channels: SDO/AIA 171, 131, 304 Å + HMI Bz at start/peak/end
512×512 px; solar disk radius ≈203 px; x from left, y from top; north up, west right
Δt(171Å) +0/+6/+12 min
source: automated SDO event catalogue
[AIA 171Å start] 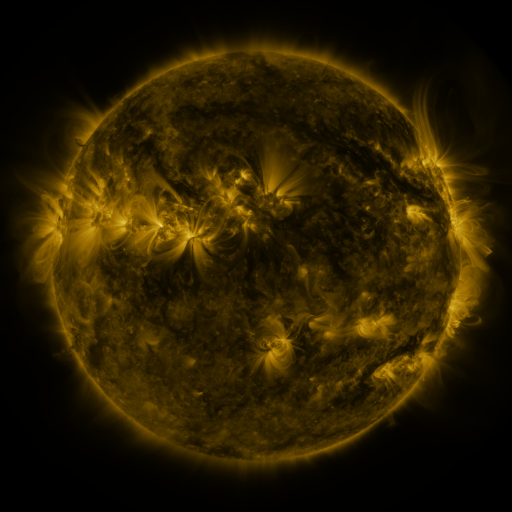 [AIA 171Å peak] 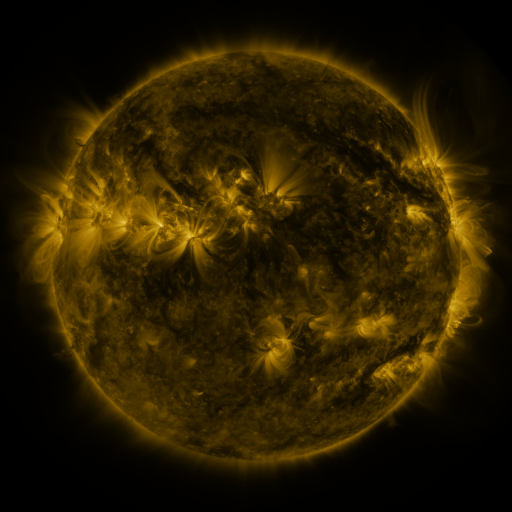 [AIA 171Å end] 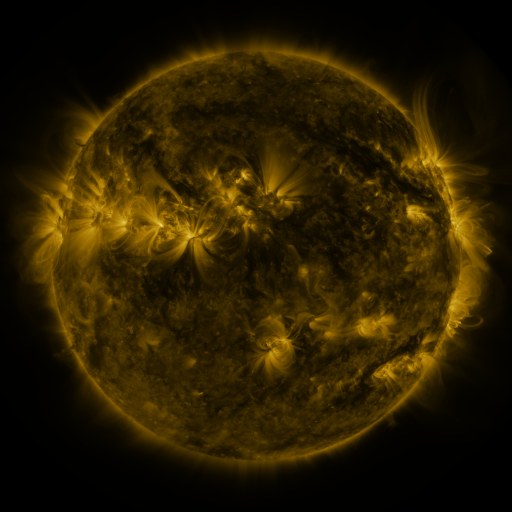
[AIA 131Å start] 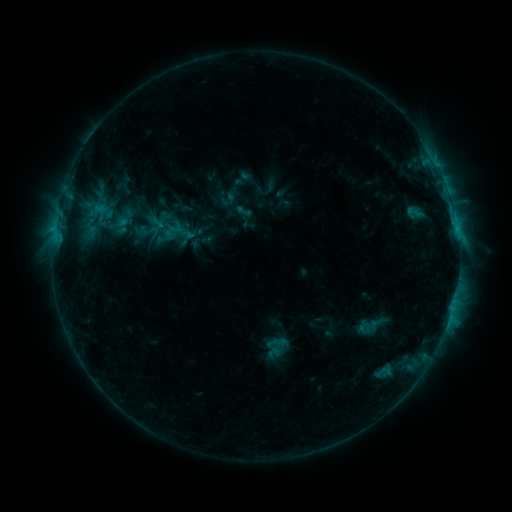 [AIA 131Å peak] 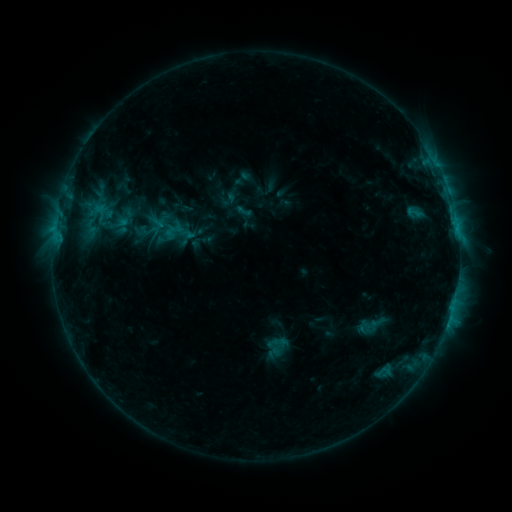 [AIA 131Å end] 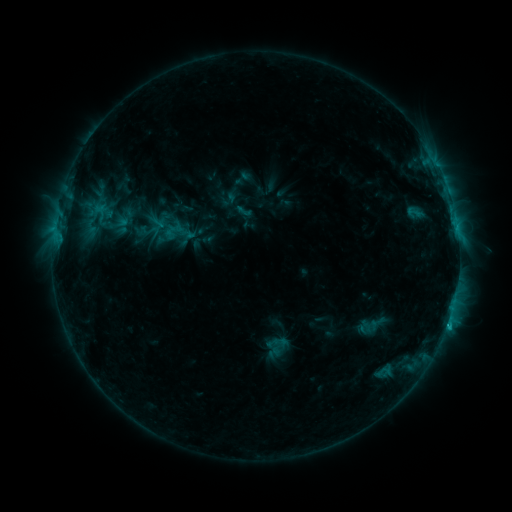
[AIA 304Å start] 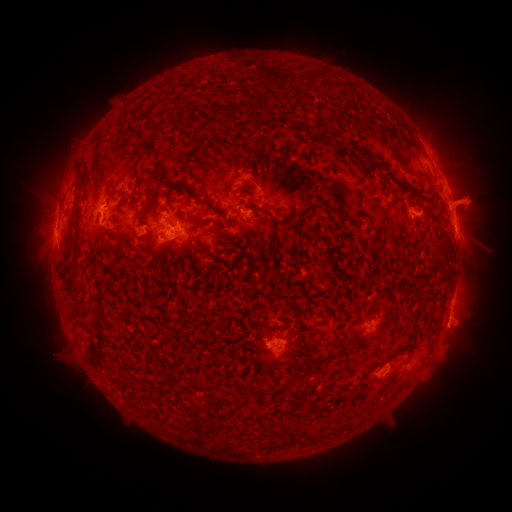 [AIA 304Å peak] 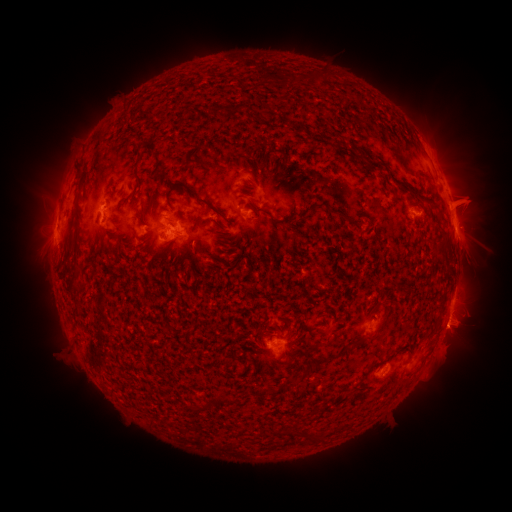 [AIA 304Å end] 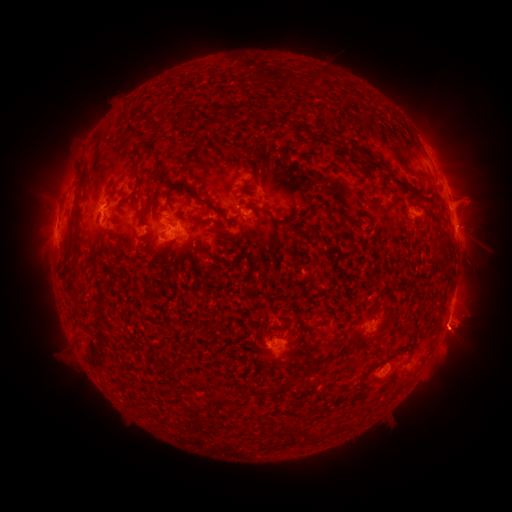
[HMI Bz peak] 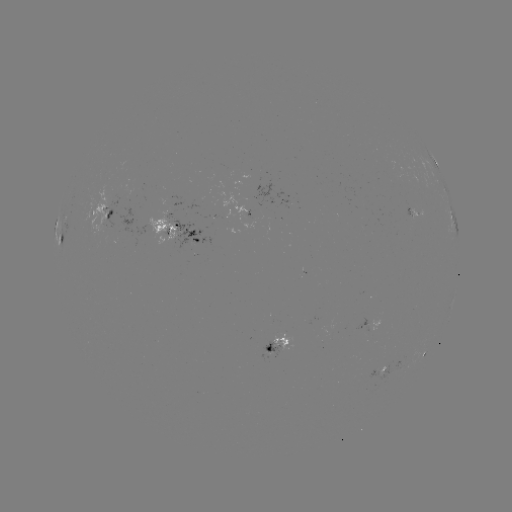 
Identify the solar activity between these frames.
eruption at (459, 340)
